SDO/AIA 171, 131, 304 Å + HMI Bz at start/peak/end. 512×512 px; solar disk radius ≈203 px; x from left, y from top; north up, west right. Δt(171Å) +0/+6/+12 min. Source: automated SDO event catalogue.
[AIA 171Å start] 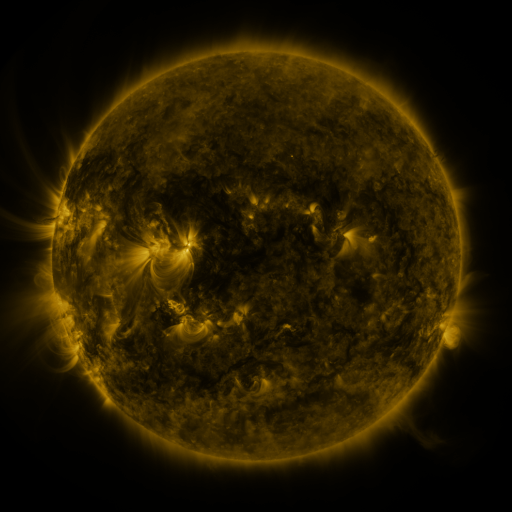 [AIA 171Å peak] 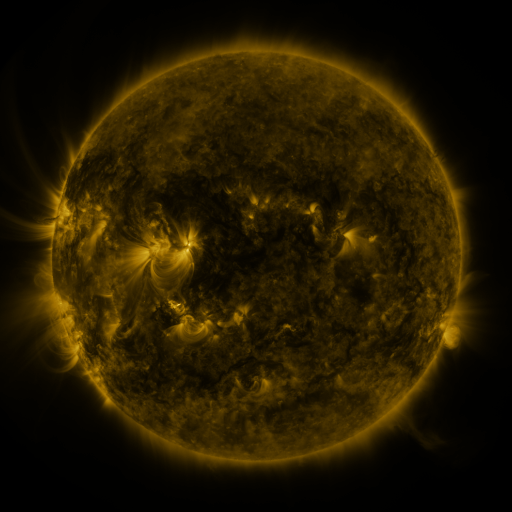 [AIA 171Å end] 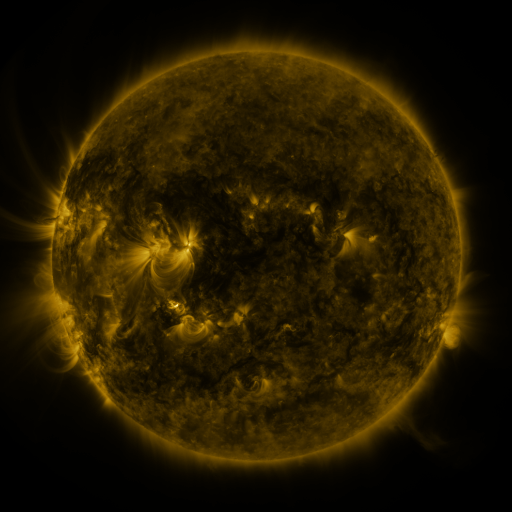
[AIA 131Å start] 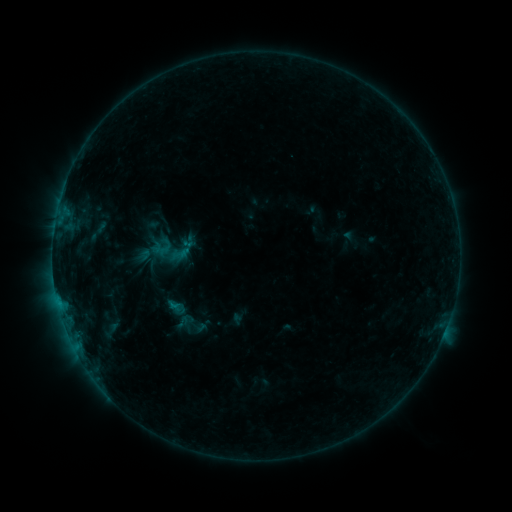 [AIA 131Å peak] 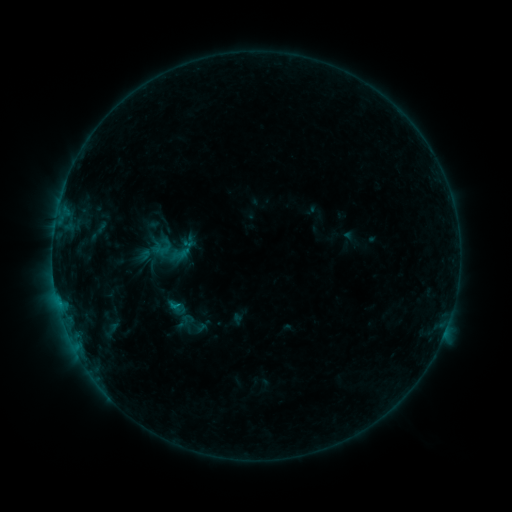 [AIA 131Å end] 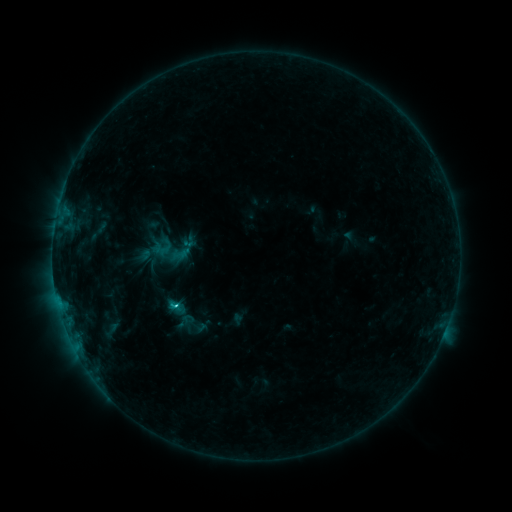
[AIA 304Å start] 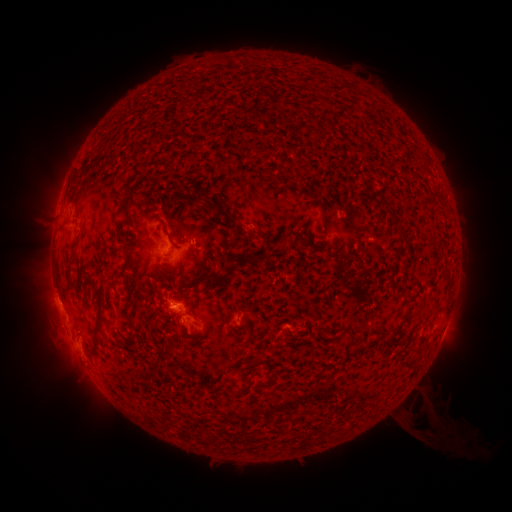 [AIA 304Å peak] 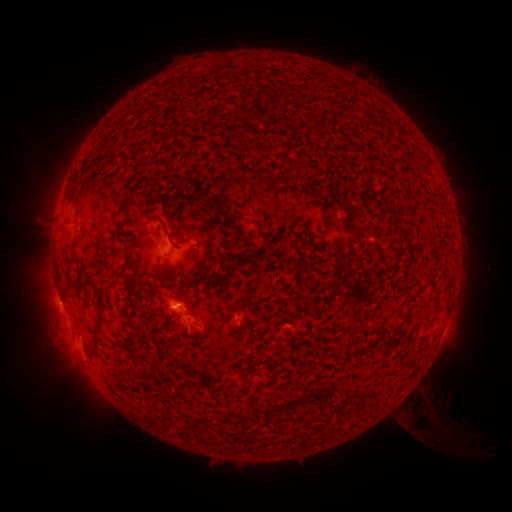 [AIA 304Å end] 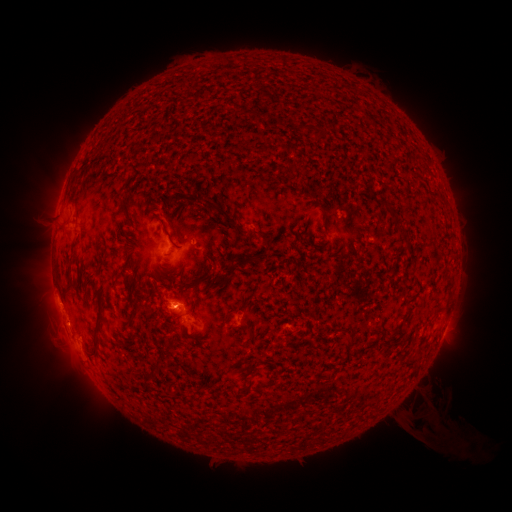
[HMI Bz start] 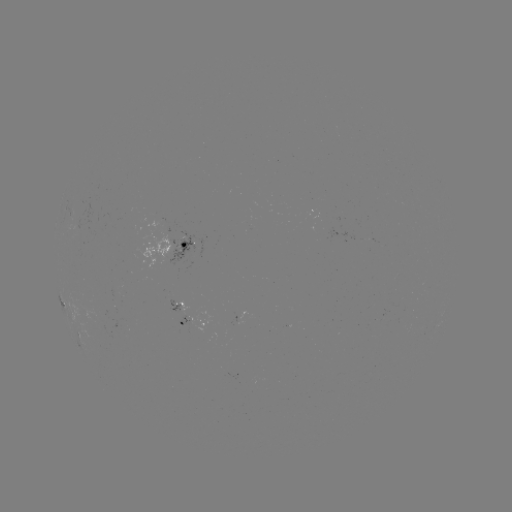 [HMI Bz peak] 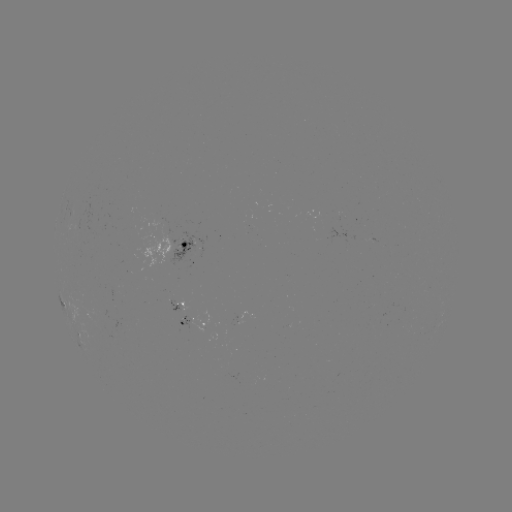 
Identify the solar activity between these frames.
C1.8 flare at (180, 305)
